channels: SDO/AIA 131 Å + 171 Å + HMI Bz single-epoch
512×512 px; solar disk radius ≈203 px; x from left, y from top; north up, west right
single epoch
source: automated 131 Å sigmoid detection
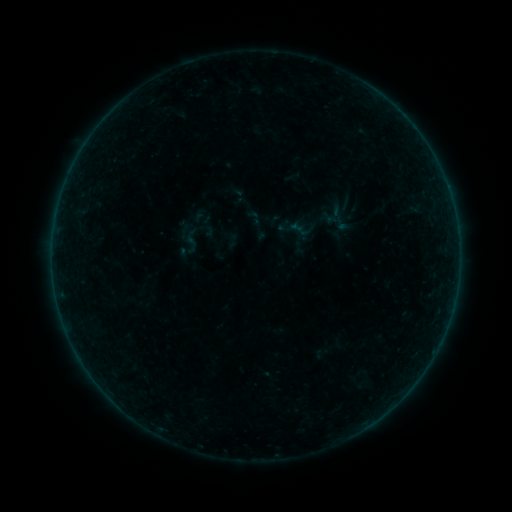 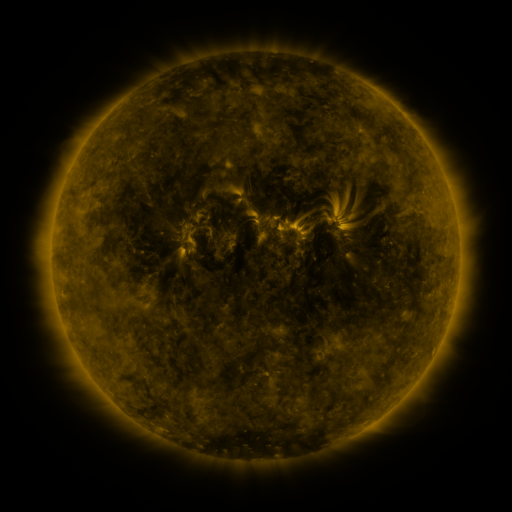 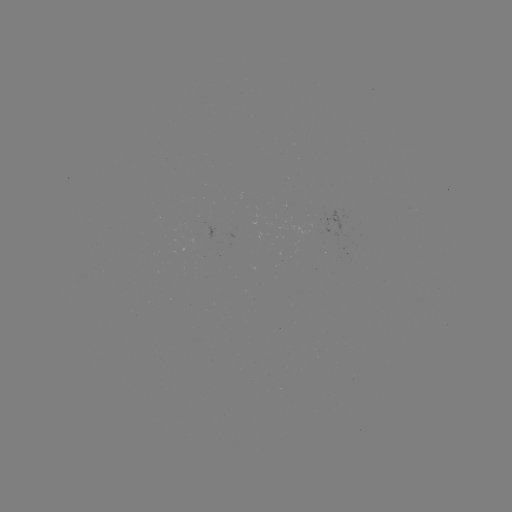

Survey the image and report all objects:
sigmoid: <bbox>245, 208, 263, 227</bbox>
